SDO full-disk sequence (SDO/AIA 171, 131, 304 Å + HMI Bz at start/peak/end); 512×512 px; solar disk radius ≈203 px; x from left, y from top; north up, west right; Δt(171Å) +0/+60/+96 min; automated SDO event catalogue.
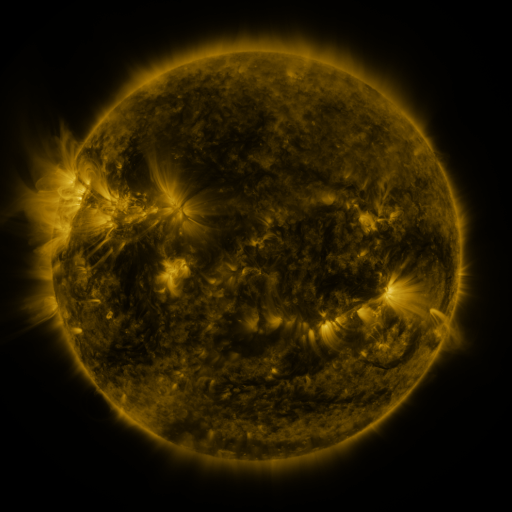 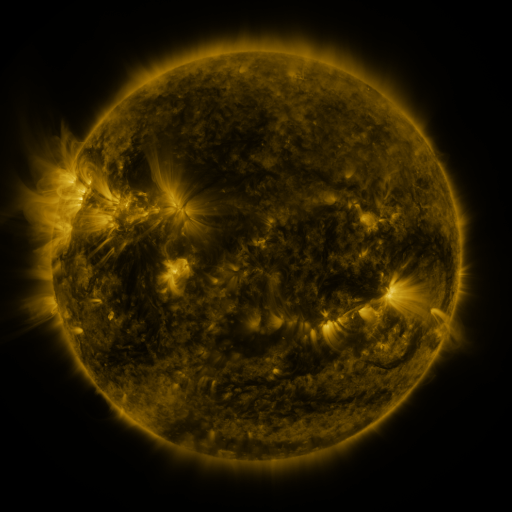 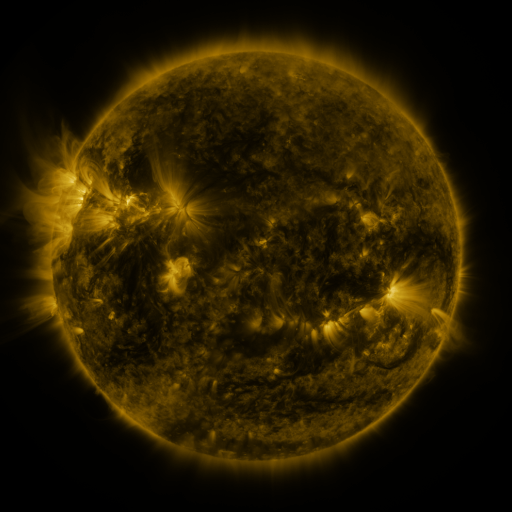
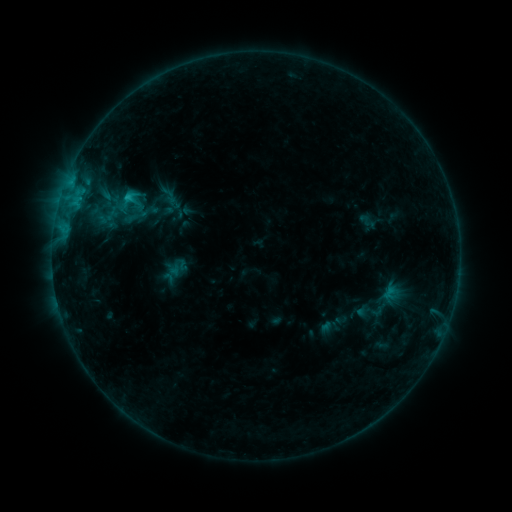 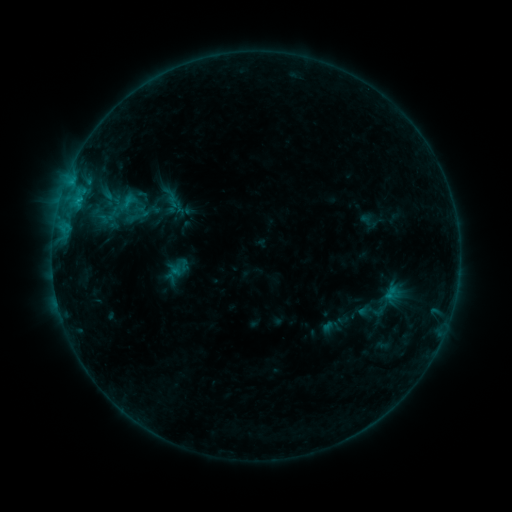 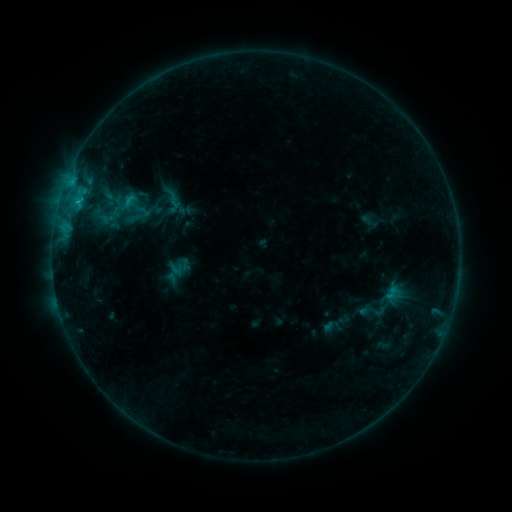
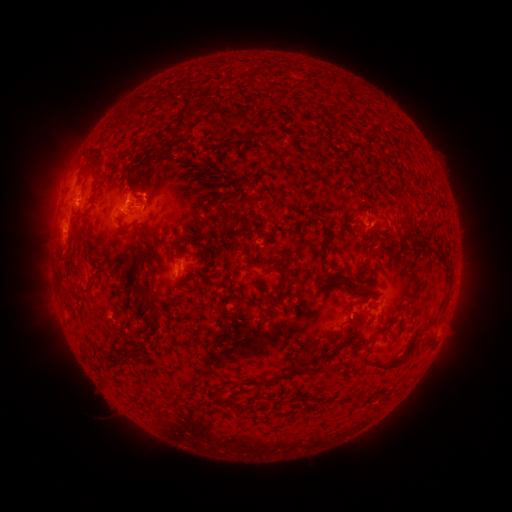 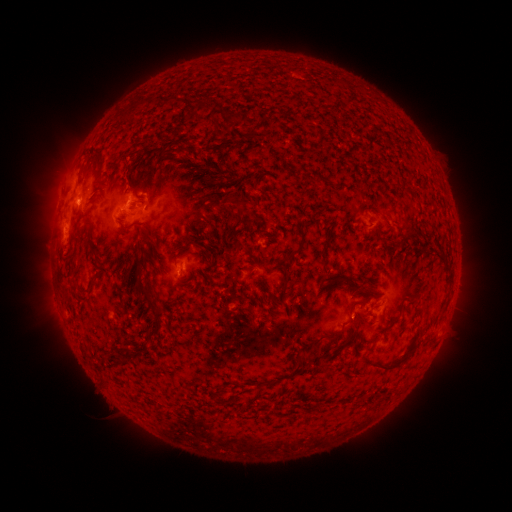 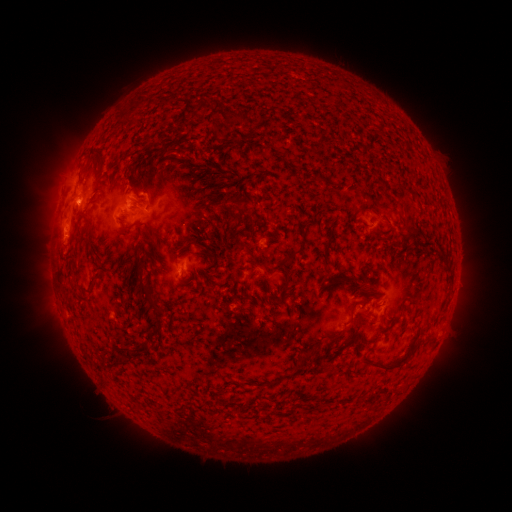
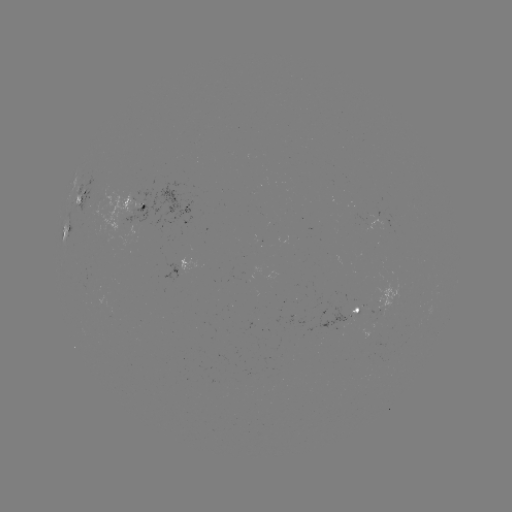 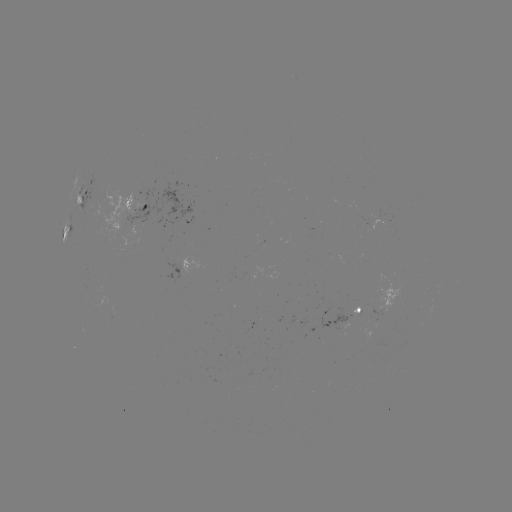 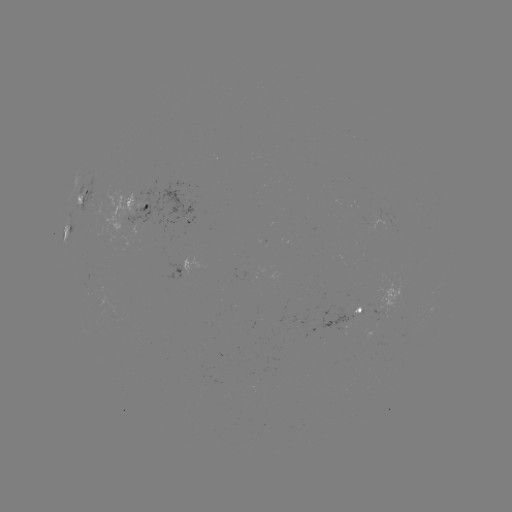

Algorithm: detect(emerging-flux region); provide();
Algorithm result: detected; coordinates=(367, 216)